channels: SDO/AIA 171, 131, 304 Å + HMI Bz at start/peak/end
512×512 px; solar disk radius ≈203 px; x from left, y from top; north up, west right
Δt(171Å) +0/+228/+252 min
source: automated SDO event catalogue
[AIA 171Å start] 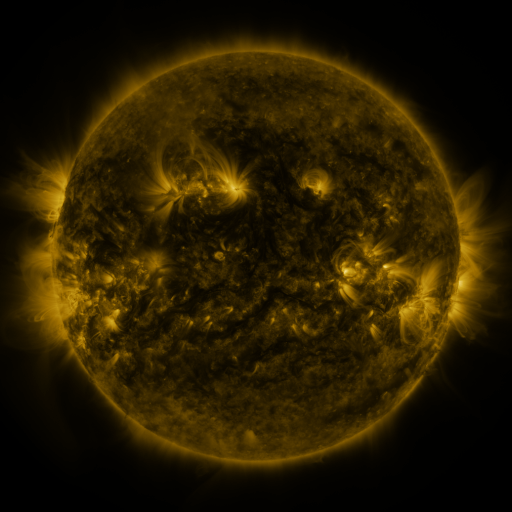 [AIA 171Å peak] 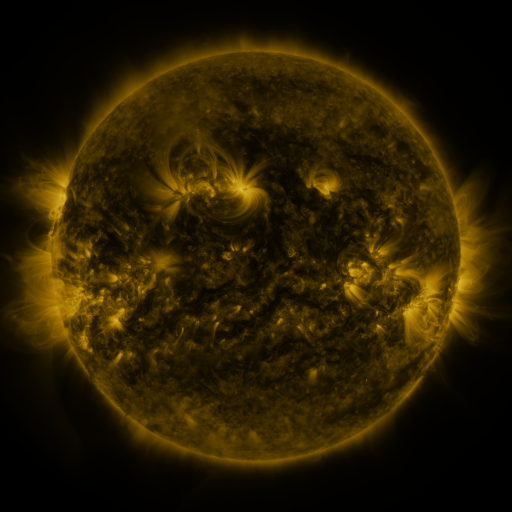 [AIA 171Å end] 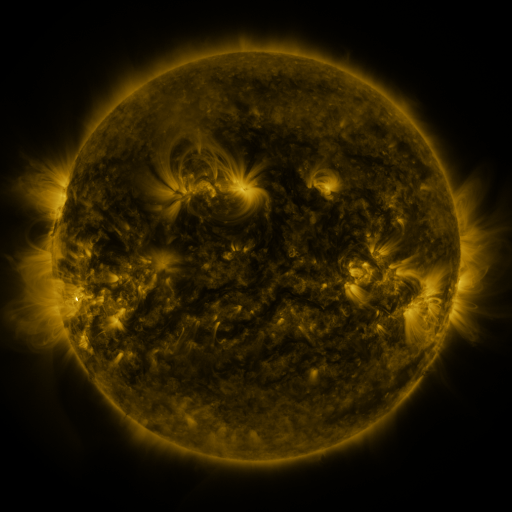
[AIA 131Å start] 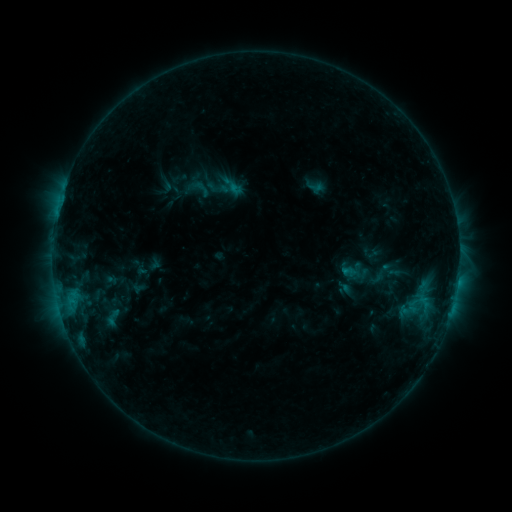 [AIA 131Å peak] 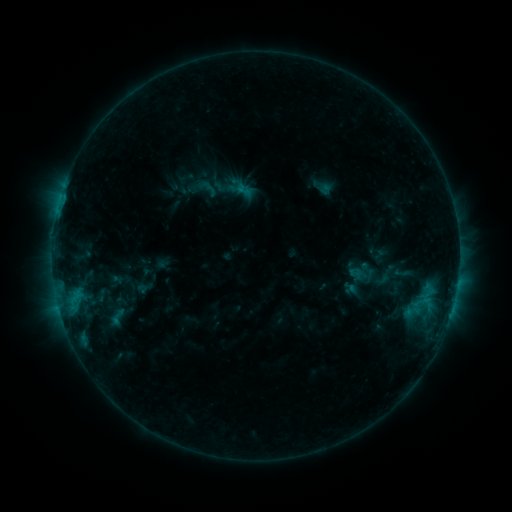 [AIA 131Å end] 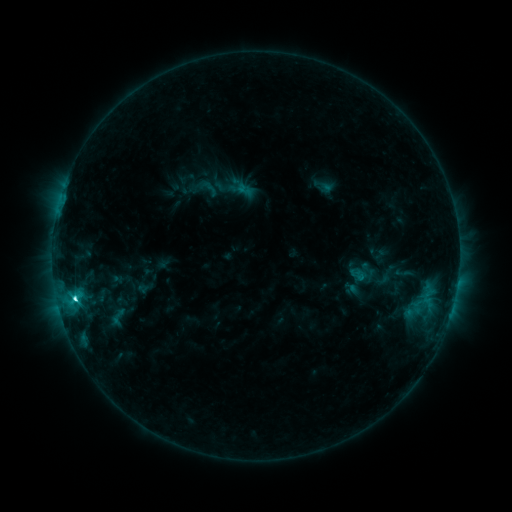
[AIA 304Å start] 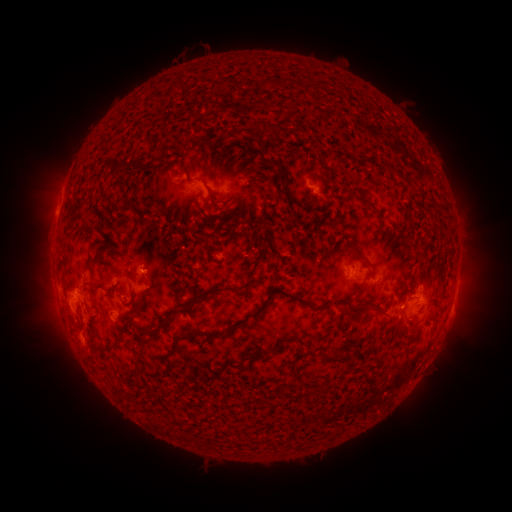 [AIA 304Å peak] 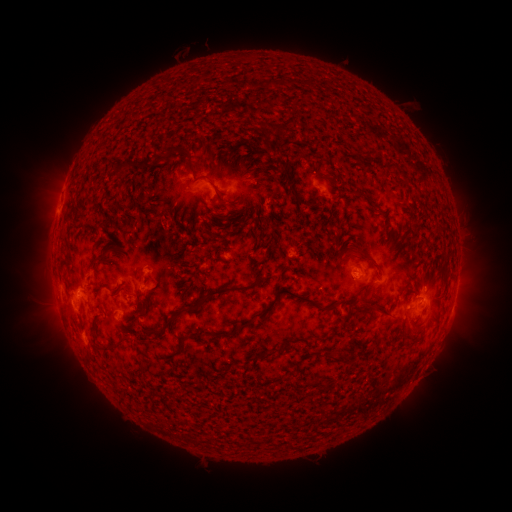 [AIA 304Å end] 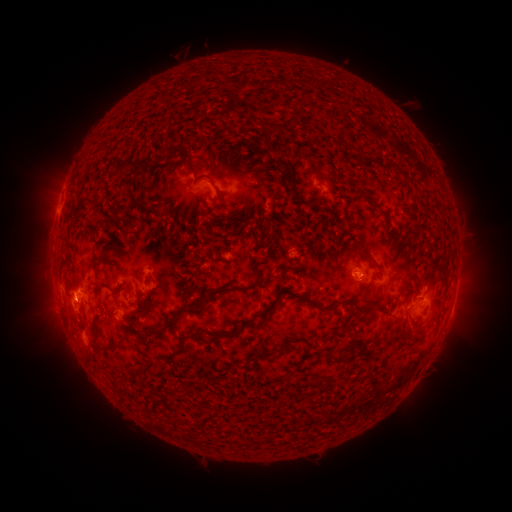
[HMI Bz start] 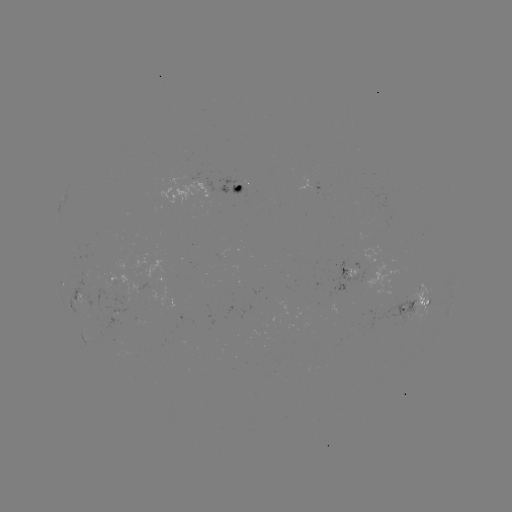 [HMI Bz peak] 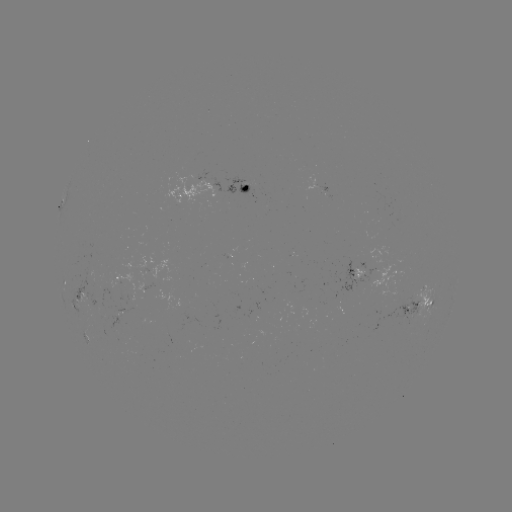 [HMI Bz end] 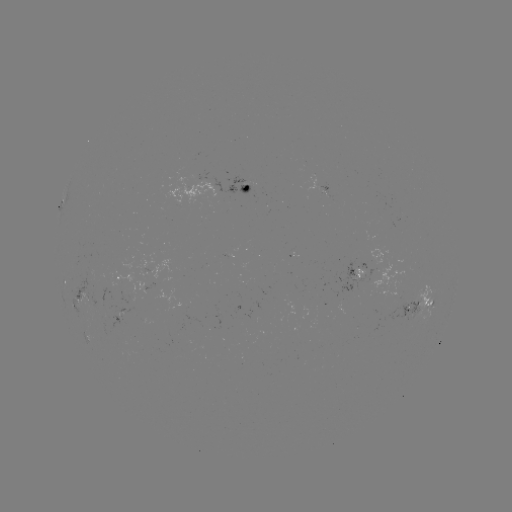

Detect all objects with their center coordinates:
emerging-flux region: (326, 193)
